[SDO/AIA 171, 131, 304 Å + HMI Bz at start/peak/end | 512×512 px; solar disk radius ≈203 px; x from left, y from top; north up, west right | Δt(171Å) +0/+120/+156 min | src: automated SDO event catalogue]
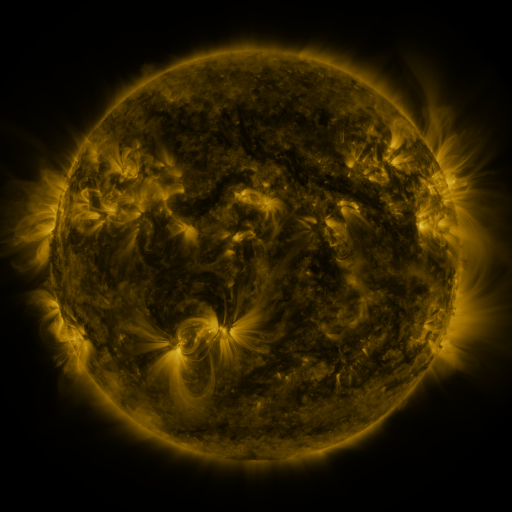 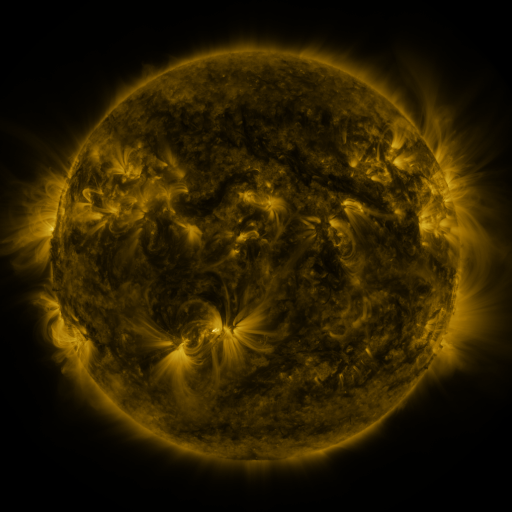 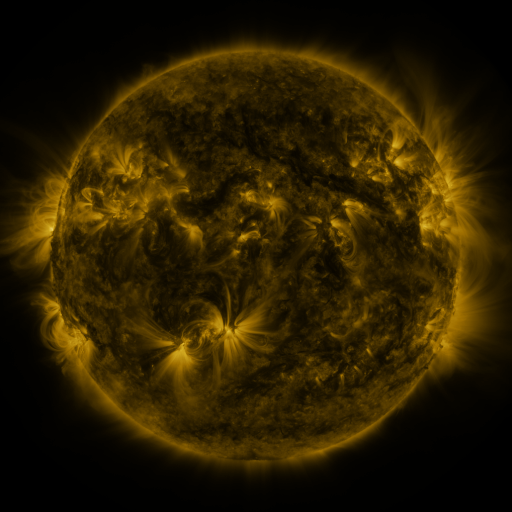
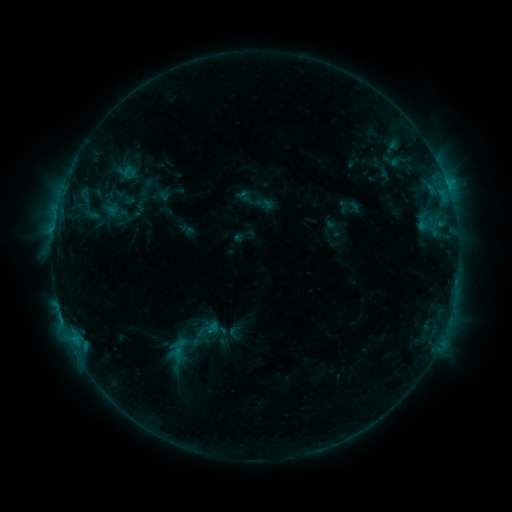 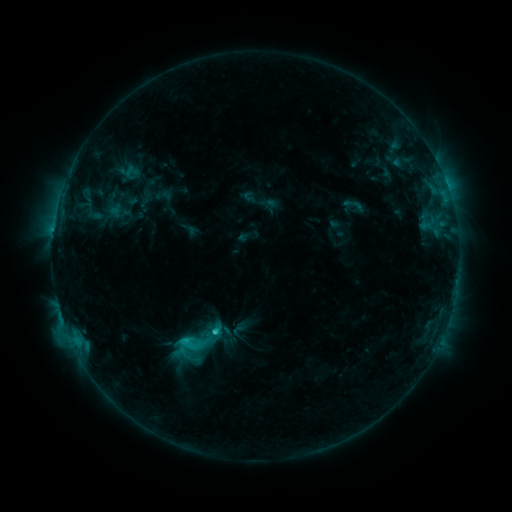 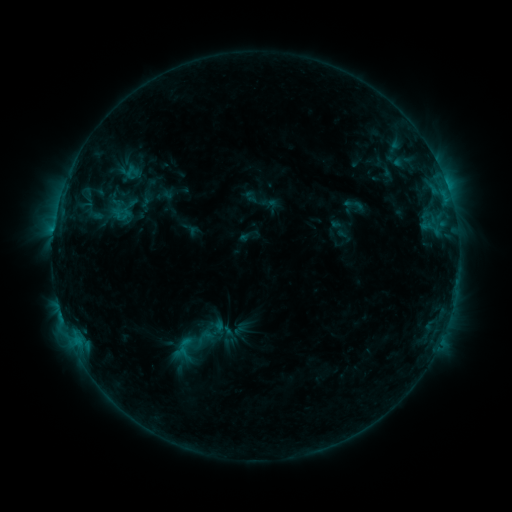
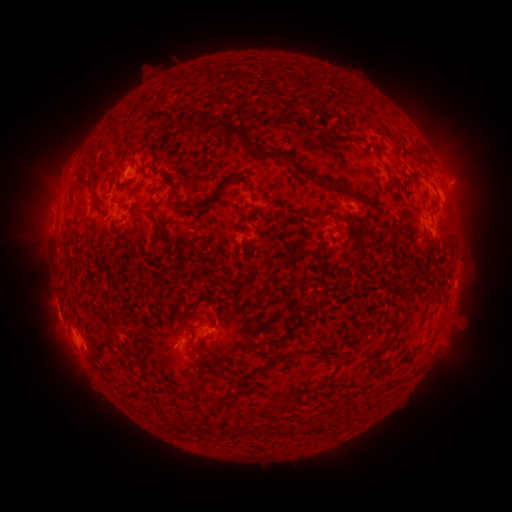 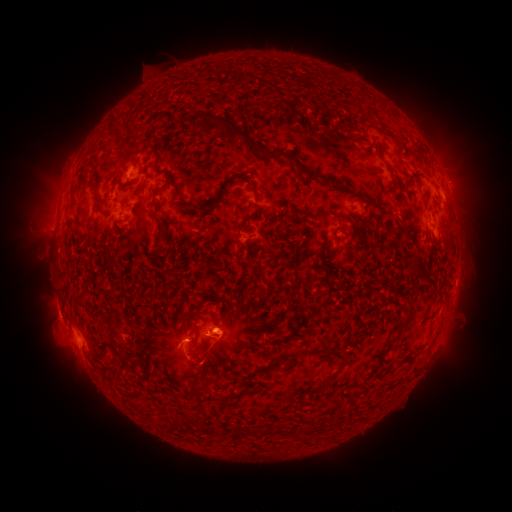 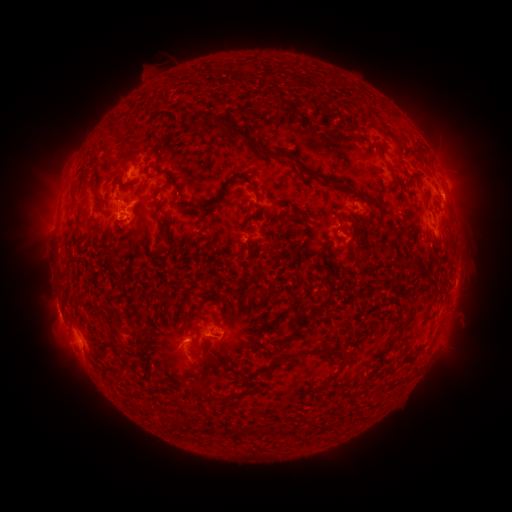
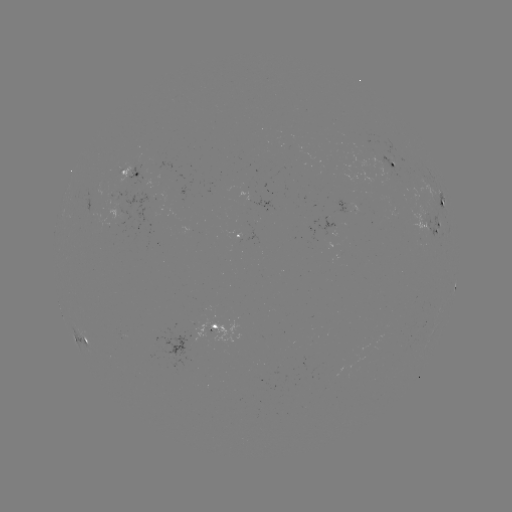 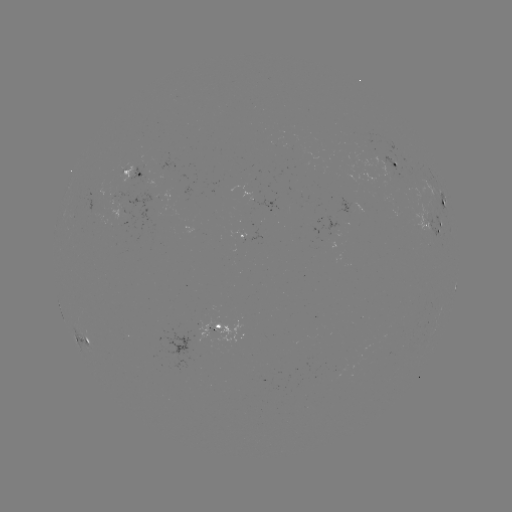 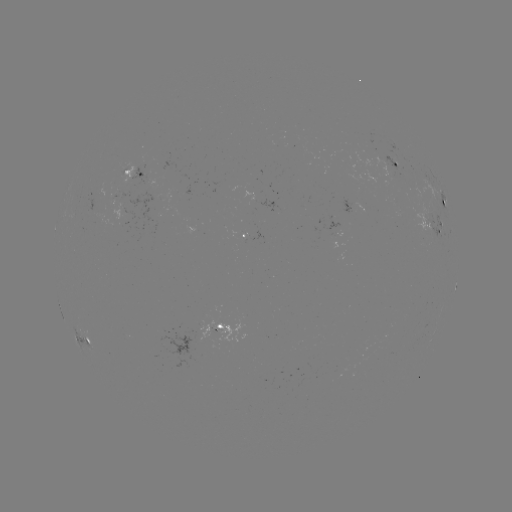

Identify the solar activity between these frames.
emerging-flux region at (358, 208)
